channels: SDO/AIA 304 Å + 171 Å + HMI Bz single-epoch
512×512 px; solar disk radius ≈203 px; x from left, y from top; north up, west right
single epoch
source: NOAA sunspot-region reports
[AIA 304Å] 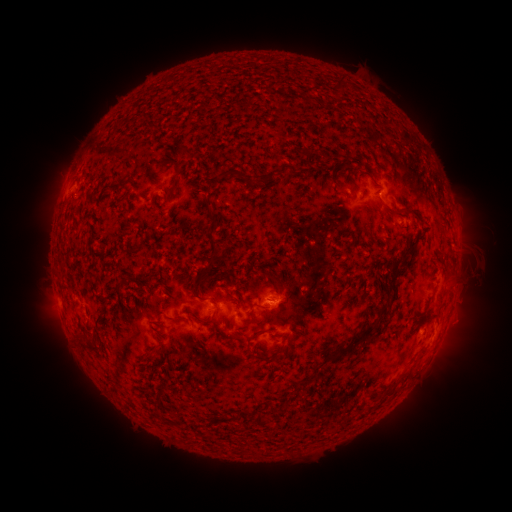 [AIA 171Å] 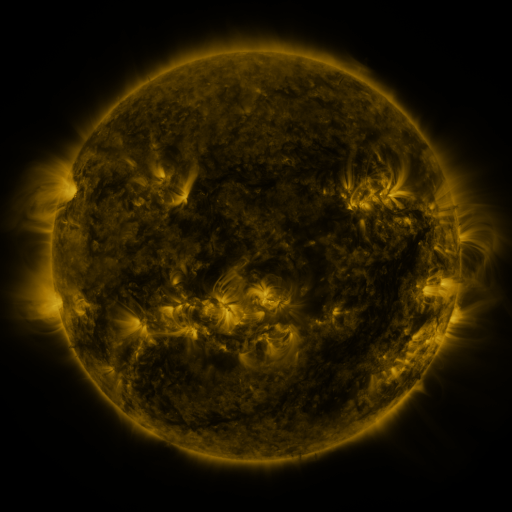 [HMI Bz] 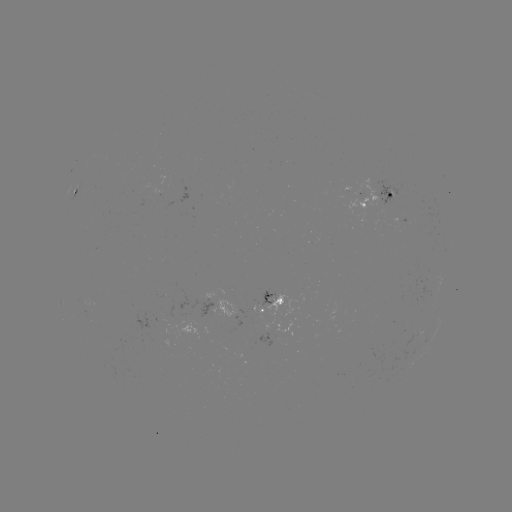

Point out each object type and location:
spotted active region: (81, 193)
spotted active region: (379, 199)
spotted active region: (400, 218)
spotted active region: (266, 298)
spotted active region: (217, 305)
spotted active region: (269, 329)
